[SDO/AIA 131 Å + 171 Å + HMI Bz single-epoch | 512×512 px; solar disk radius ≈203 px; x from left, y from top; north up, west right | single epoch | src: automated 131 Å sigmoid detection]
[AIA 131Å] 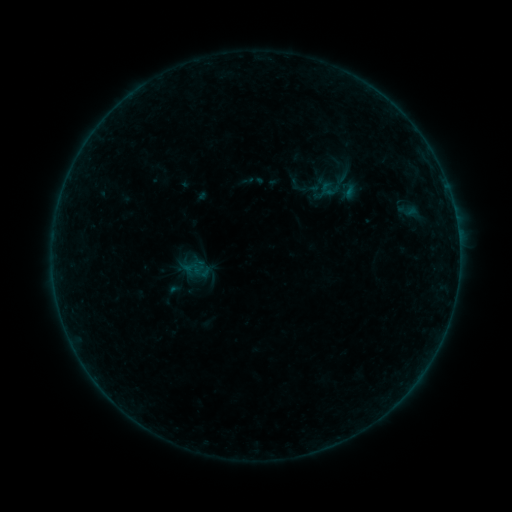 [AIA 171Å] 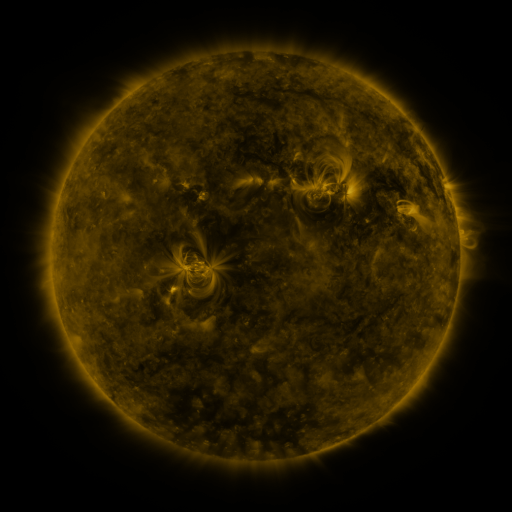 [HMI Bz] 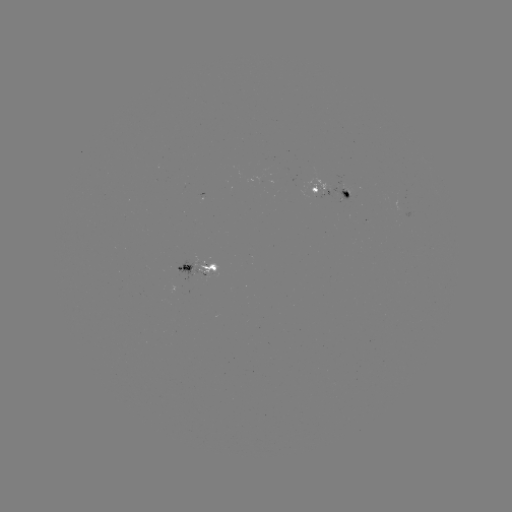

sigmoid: <bbox>287, 176, 308, 195</bbox>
